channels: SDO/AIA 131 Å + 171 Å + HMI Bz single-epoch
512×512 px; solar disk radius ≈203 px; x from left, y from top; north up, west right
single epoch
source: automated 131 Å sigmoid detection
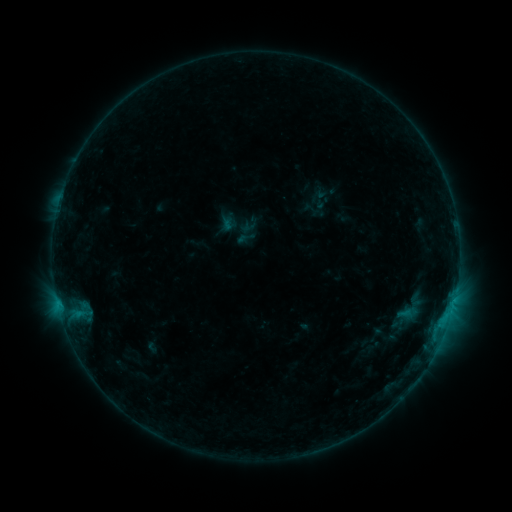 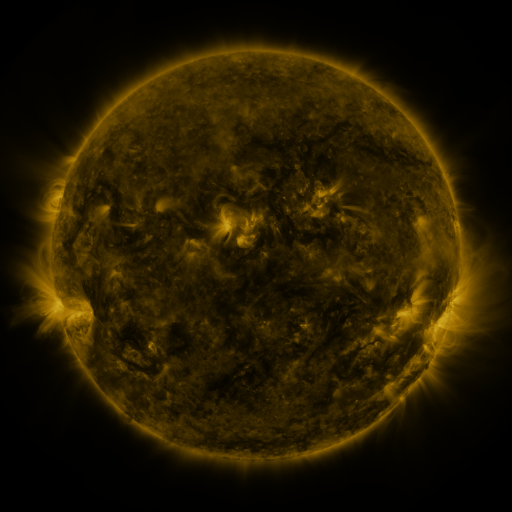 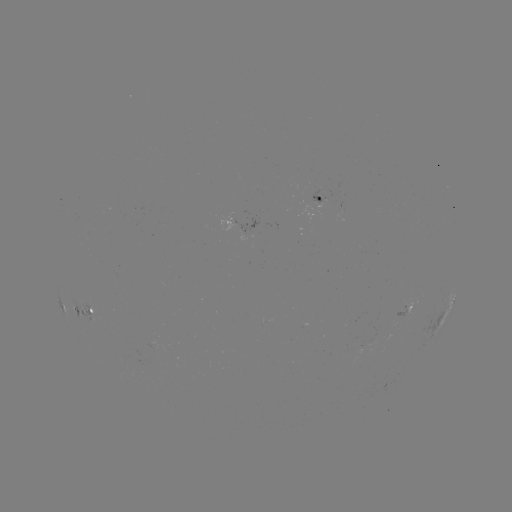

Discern sigmoid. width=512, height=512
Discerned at (246, 238).